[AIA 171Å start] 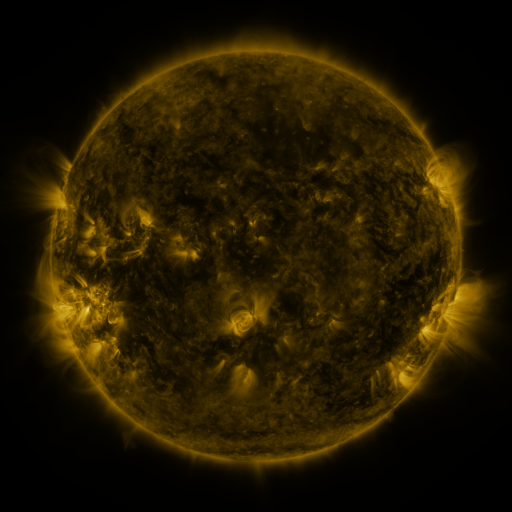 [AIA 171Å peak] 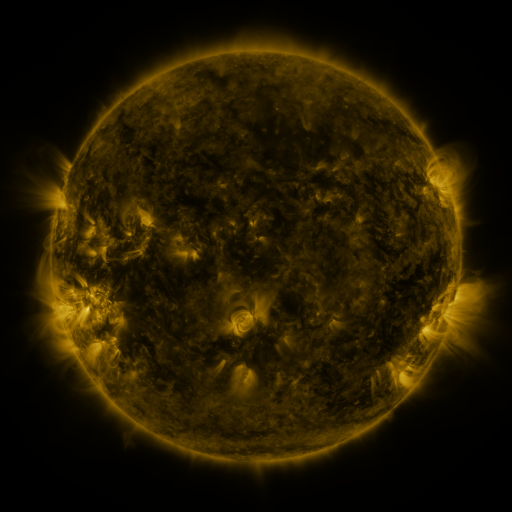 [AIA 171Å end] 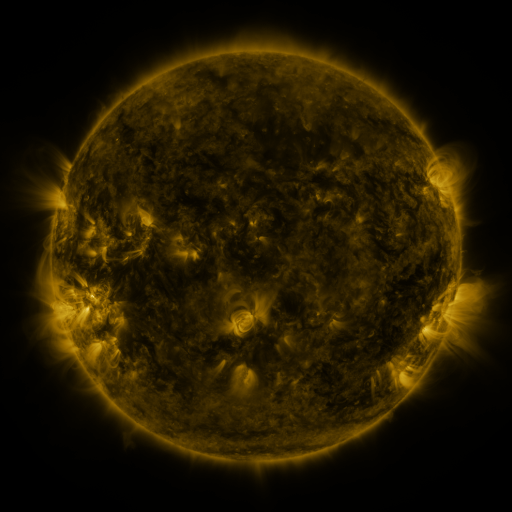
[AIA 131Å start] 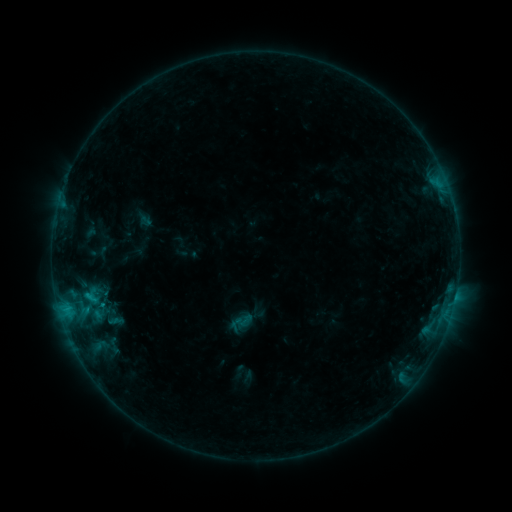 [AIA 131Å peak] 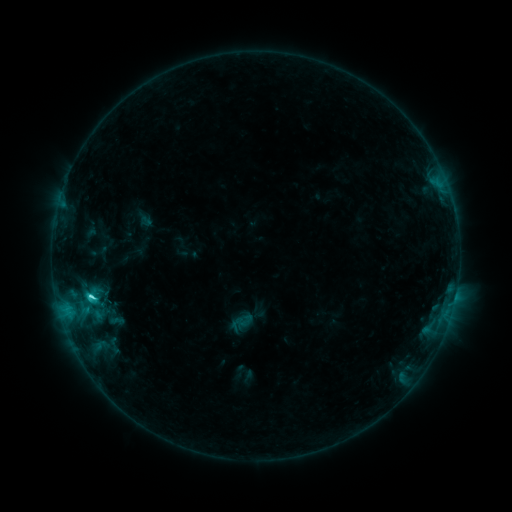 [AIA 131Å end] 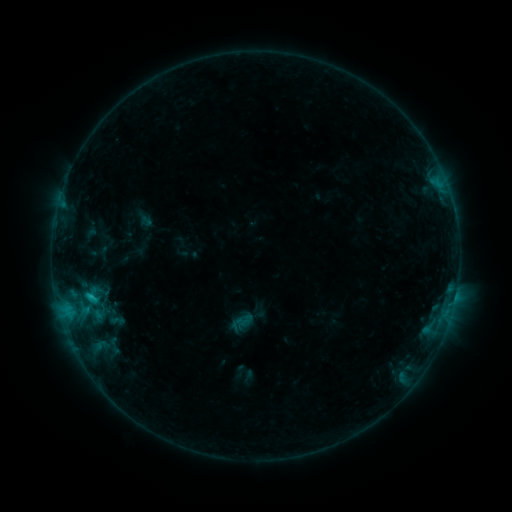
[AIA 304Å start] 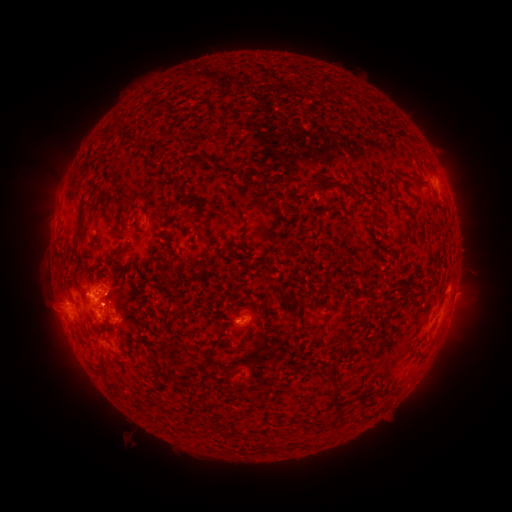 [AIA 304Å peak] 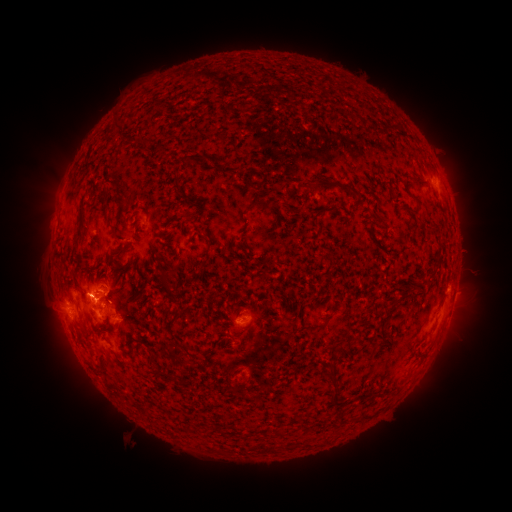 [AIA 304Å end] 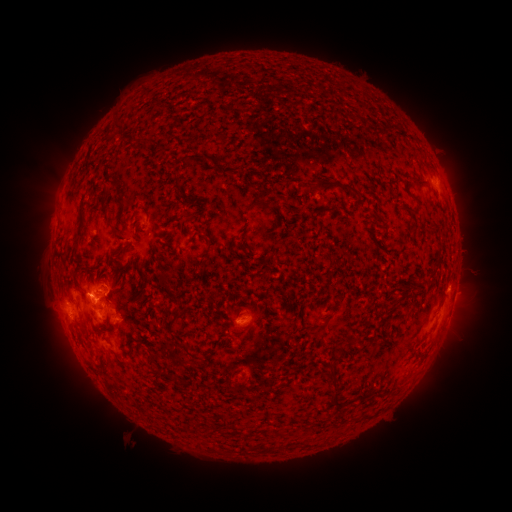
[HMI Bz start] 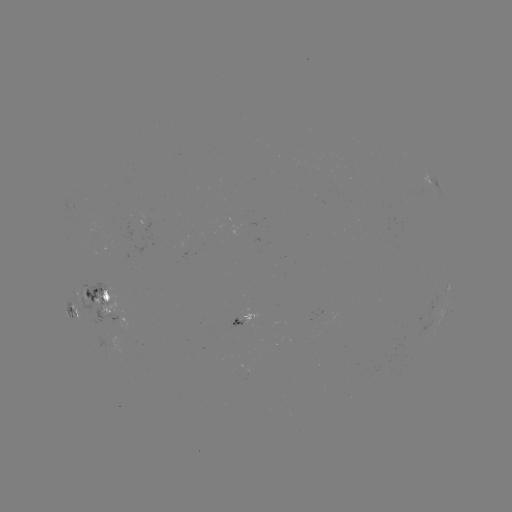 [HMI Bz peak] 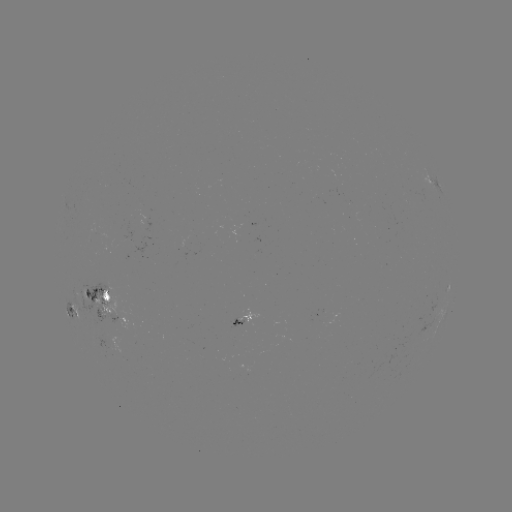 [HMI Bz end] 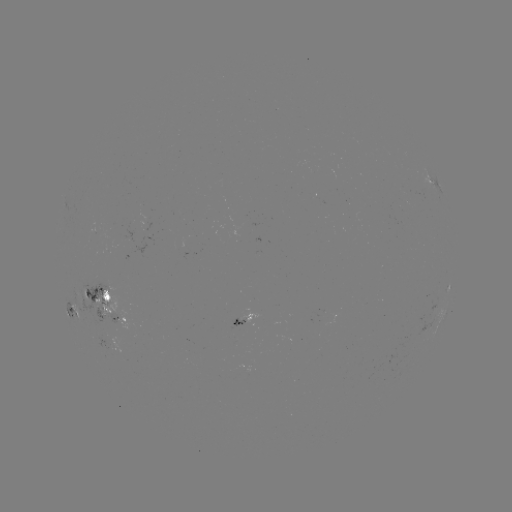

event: flare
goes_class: C3.0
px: (91, 294)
